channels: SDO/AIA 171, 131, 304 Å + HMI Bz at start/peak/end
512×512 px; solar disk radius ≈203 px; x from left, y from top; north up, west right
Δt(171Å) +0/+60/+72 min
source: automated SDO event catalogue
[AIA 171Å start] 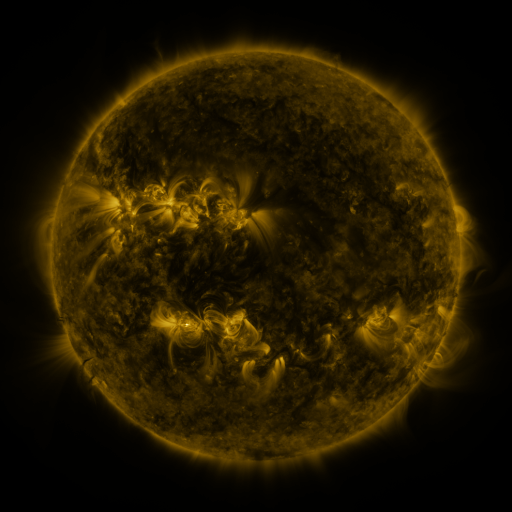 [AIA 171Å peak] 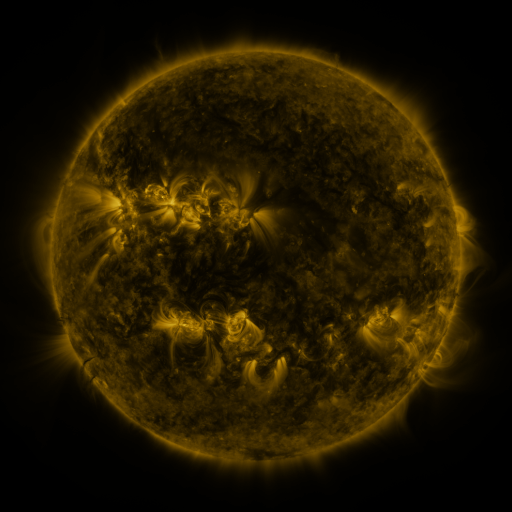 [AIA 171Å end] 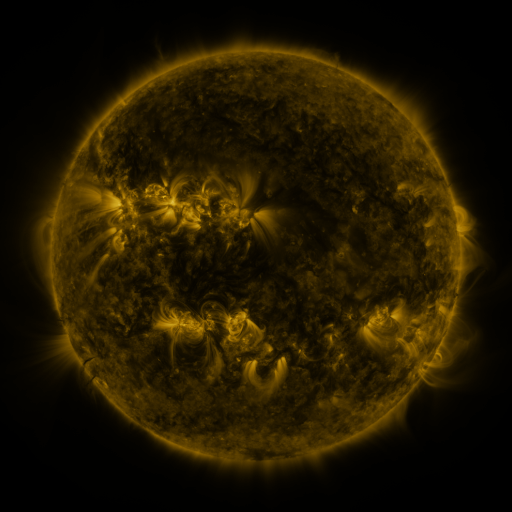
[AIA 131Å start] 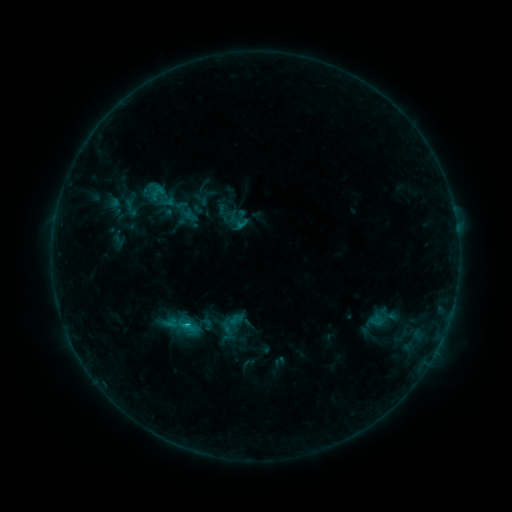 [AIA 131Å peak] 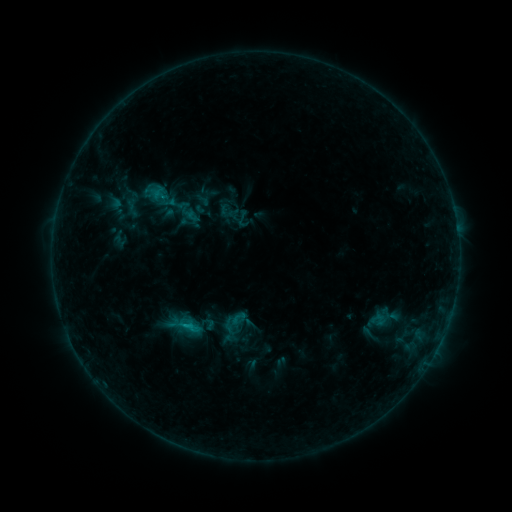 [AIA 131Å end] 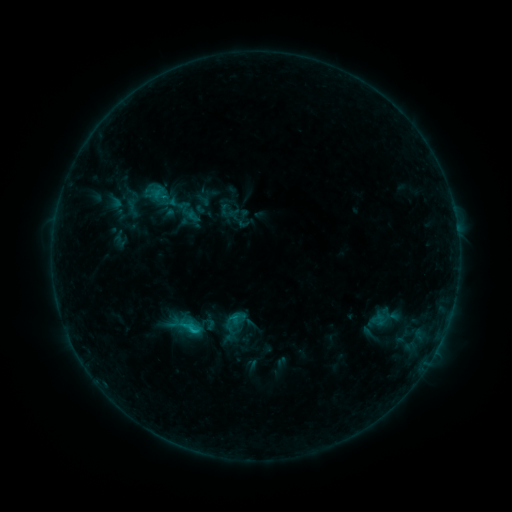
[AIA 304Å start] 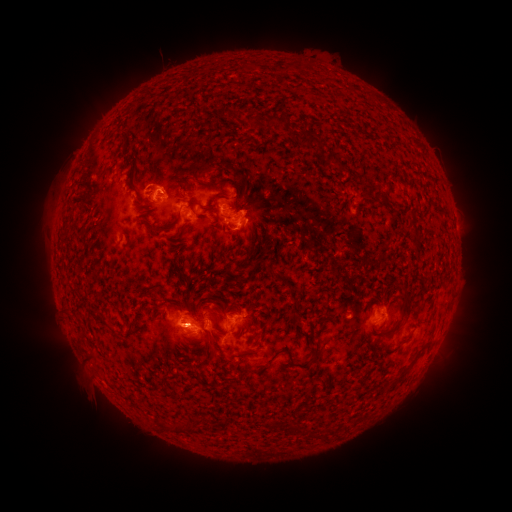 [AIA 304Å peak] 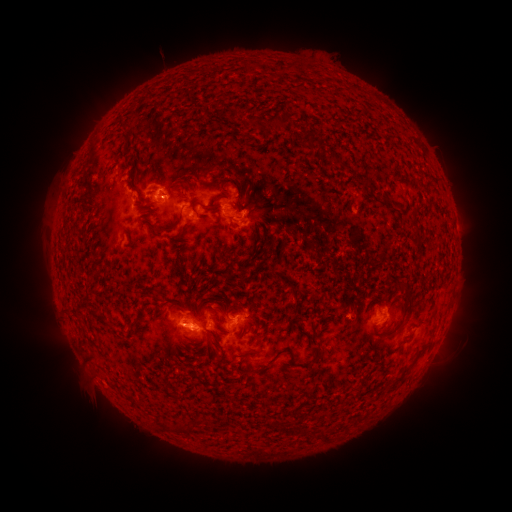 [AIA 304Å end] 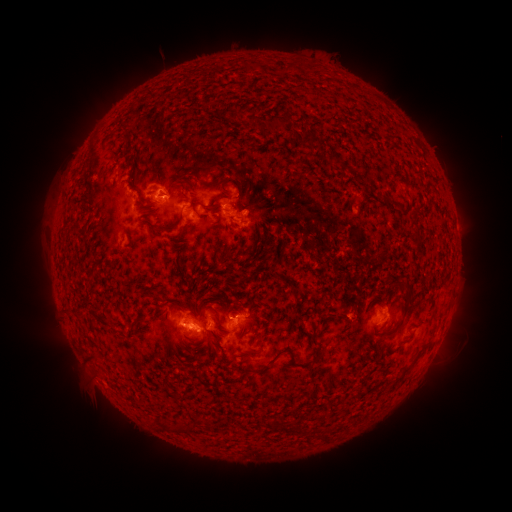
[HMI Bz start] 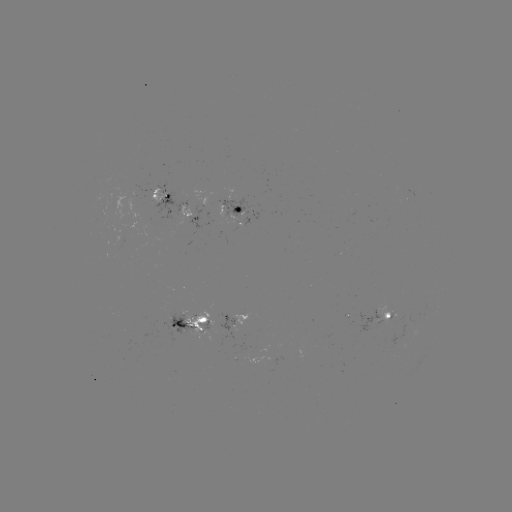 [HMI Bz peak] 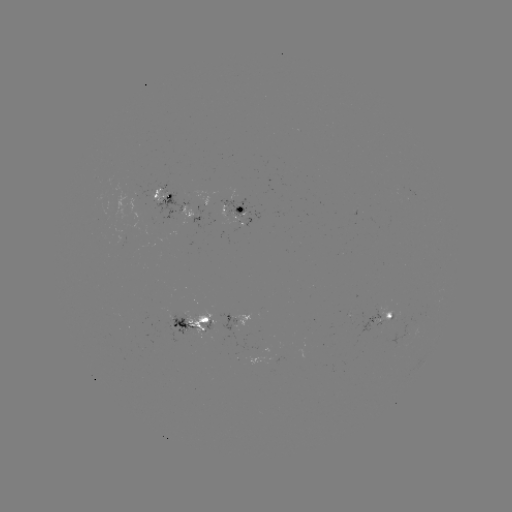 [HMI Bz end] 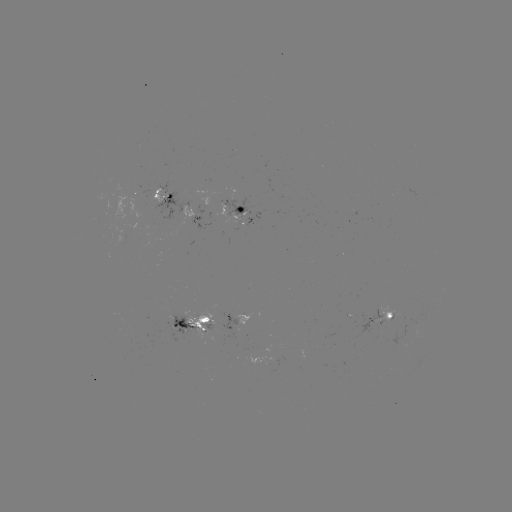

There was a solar emerging-flux region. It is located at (183, 317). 